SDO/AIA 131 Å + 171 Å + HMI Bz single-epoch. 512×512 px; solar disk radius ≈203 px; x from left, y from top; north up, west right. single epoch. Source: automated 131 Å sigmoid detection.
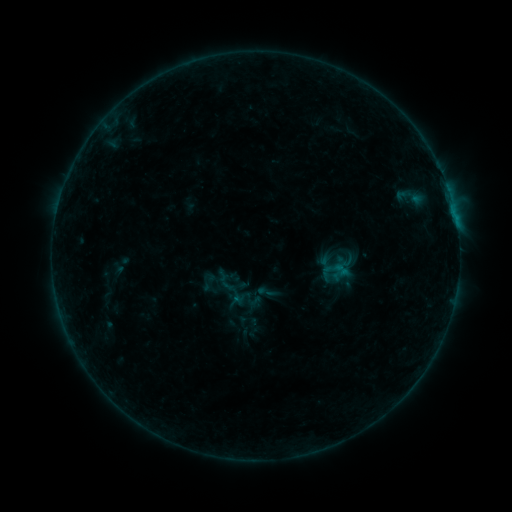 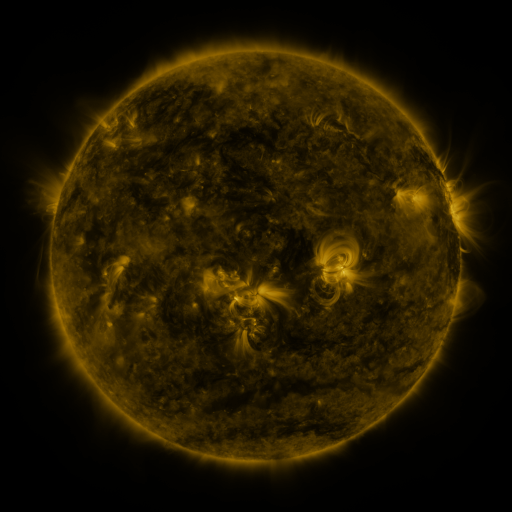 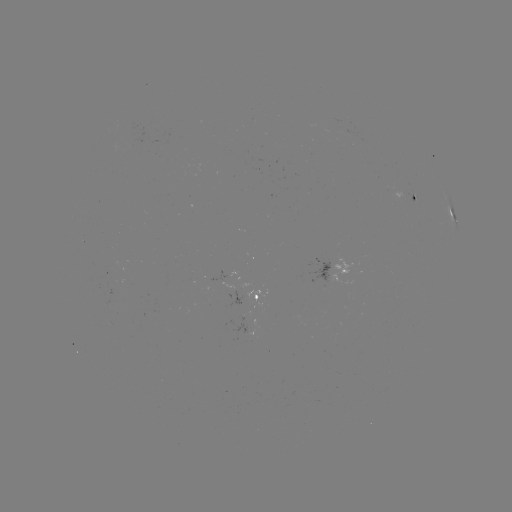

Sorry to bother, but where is sigmoid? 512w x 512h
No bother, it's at (266, 292).